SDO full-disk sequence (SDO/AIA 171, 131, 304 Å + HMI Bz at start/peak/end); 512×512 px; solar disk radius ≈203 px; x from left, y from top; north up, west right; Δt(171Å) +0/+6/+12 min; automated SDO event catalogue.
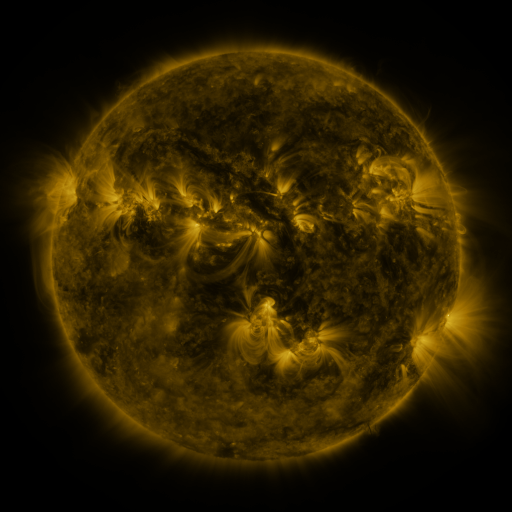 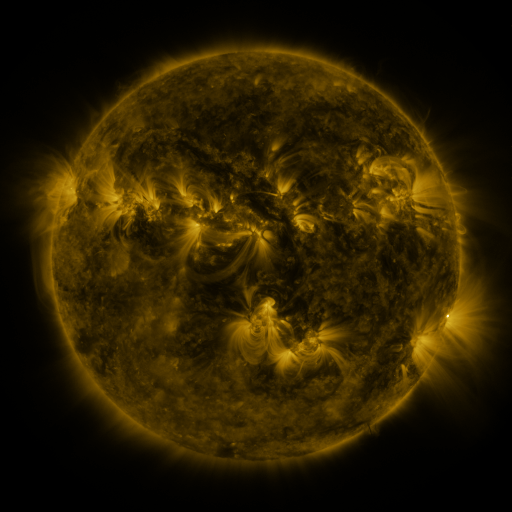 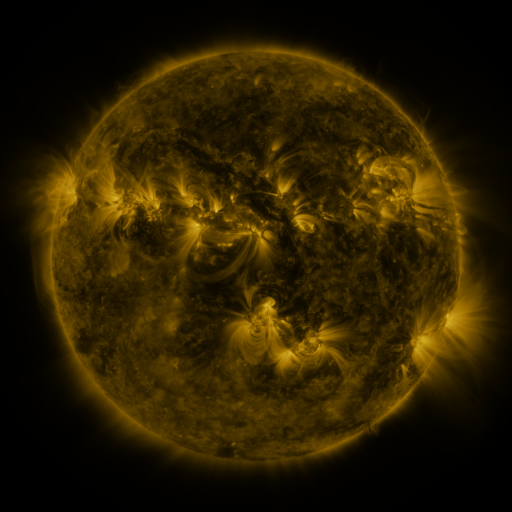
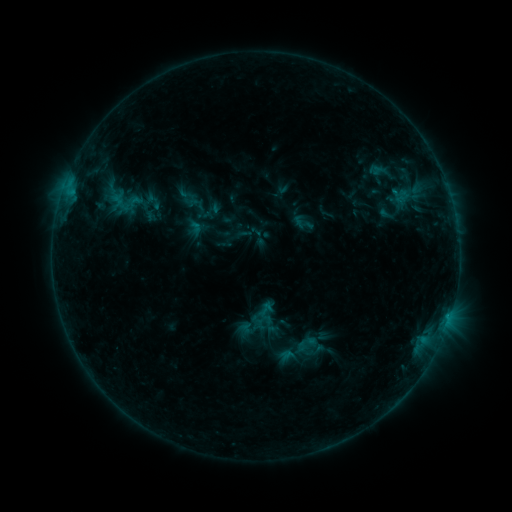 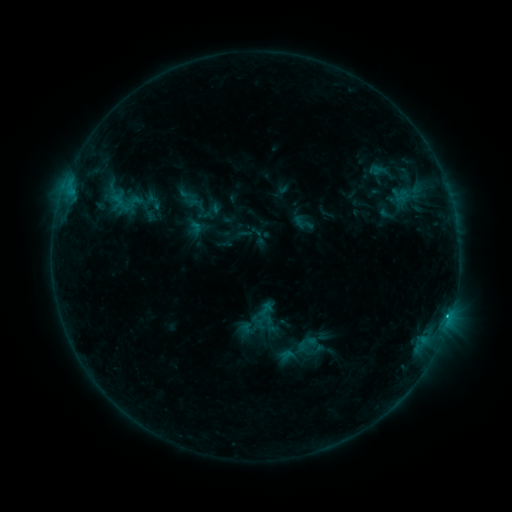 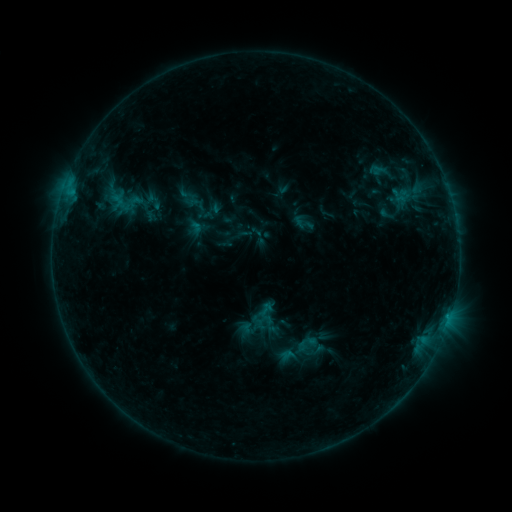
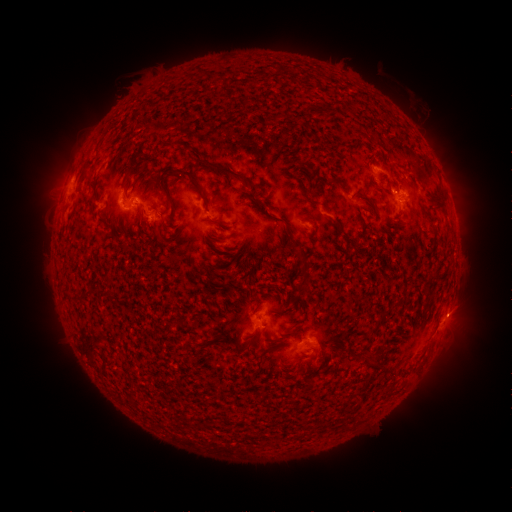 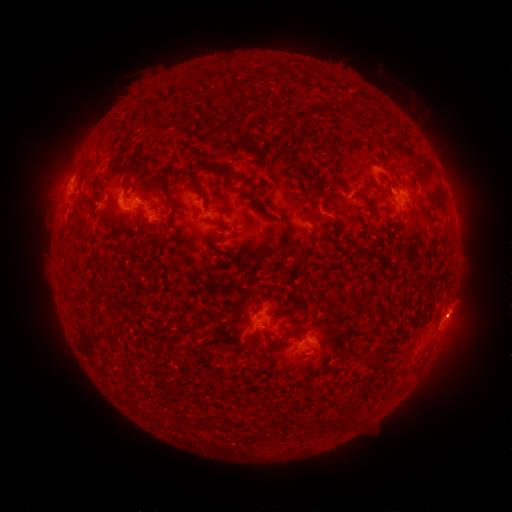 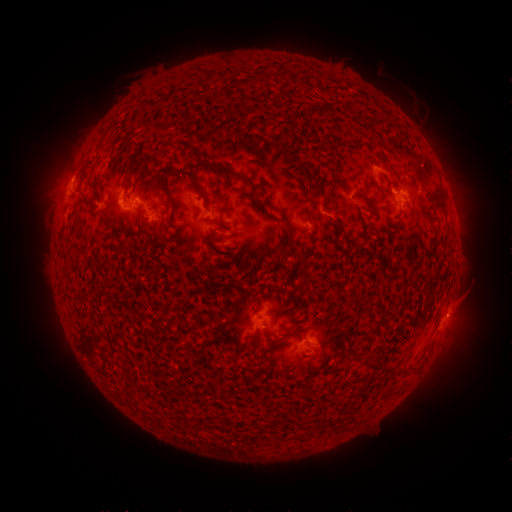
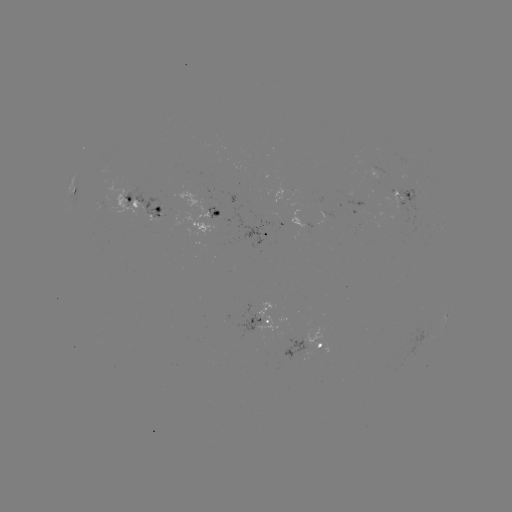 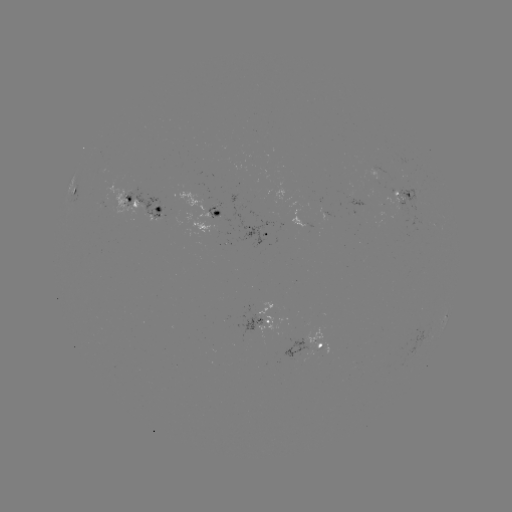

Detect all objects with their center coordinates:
C2.6 flare: (448, 313)
